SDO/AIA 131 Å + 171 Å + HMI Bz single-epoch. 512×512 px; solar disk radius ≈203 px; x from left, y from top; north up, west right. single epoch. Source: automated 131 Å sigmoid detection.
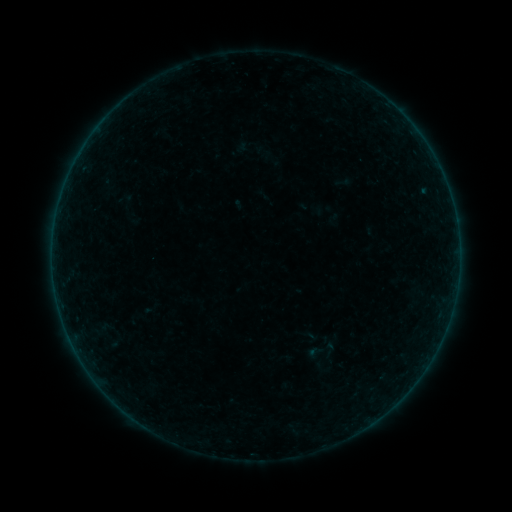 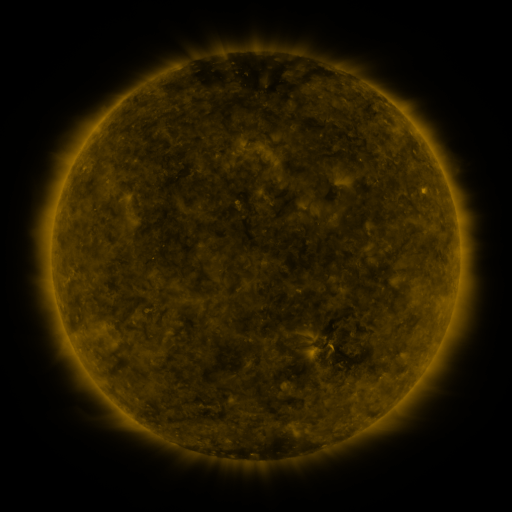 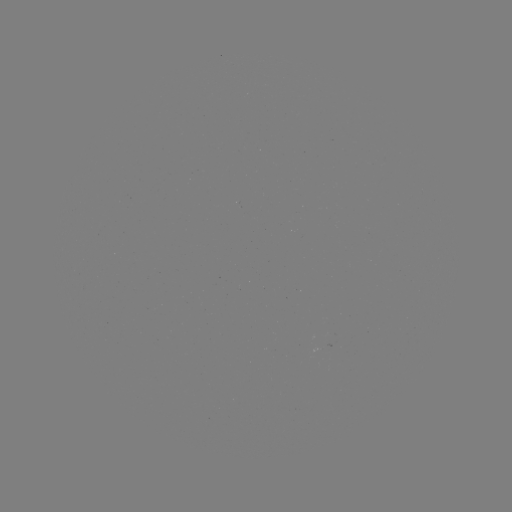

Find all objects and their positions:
sigmoid: (329, 349)
